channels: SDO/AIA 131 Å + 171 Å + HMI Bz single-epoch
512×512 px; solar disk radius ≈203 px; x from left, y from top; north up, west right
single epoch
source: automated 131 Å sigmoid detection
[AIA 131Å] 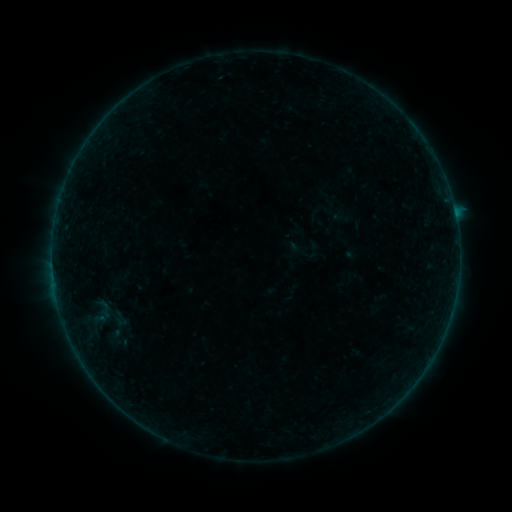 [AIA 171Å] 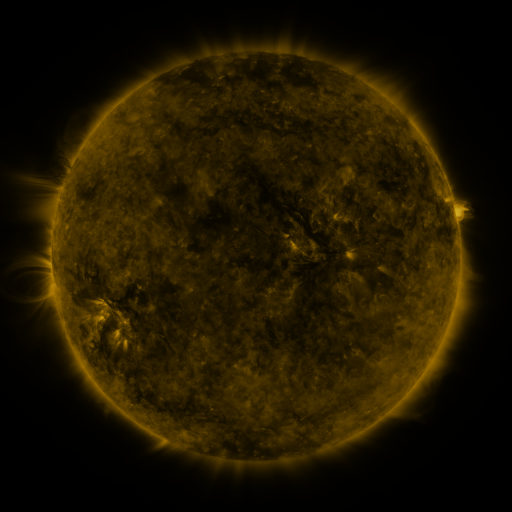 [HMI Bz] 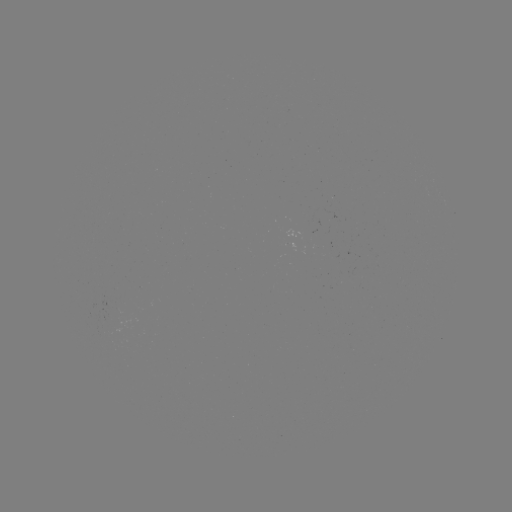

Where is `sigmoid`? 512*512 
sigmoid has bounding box [107, 308, 133, 330].